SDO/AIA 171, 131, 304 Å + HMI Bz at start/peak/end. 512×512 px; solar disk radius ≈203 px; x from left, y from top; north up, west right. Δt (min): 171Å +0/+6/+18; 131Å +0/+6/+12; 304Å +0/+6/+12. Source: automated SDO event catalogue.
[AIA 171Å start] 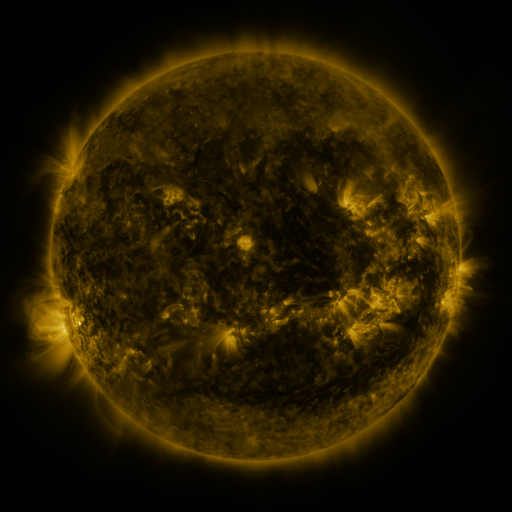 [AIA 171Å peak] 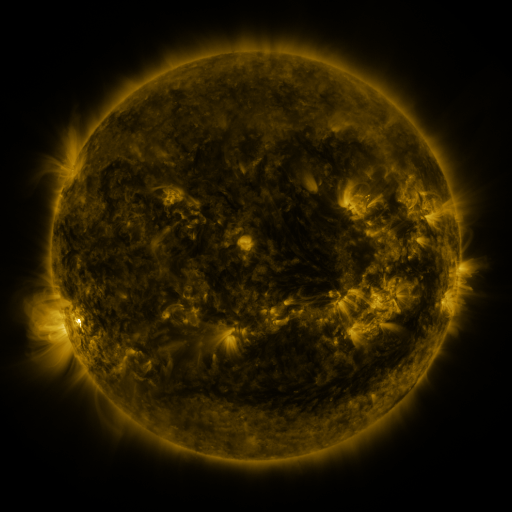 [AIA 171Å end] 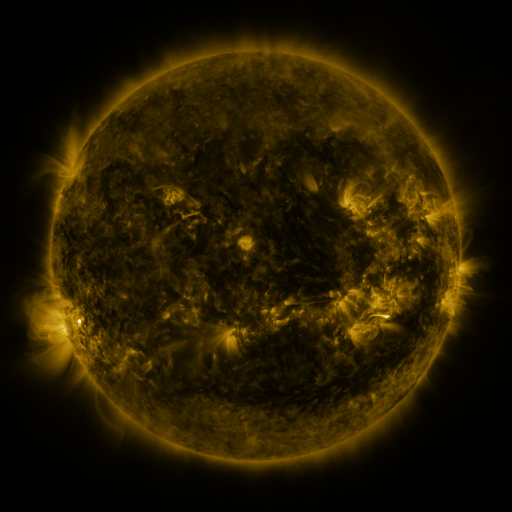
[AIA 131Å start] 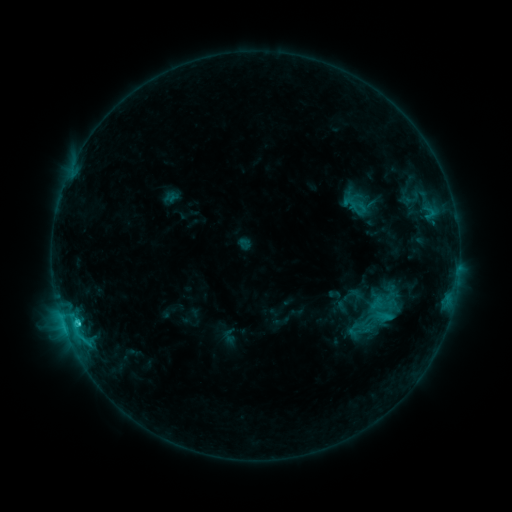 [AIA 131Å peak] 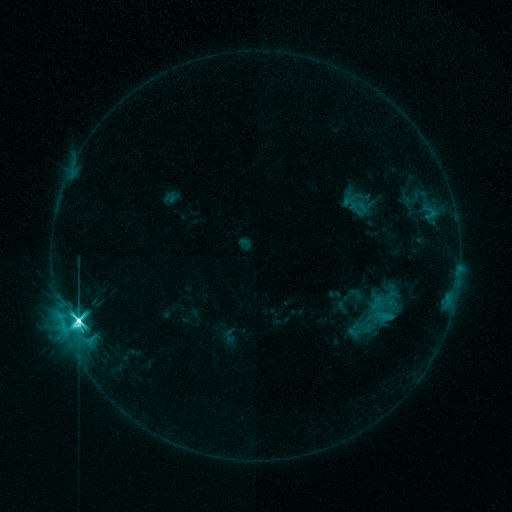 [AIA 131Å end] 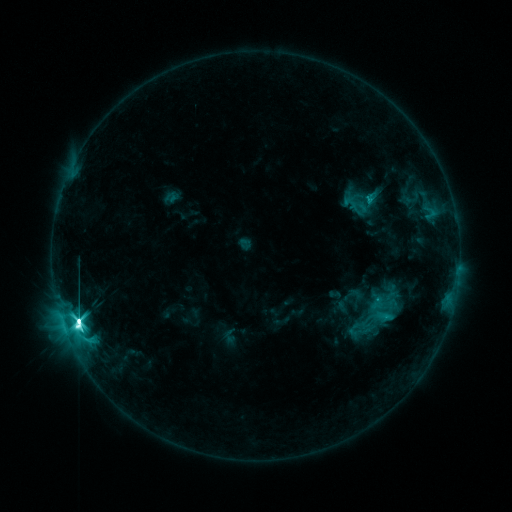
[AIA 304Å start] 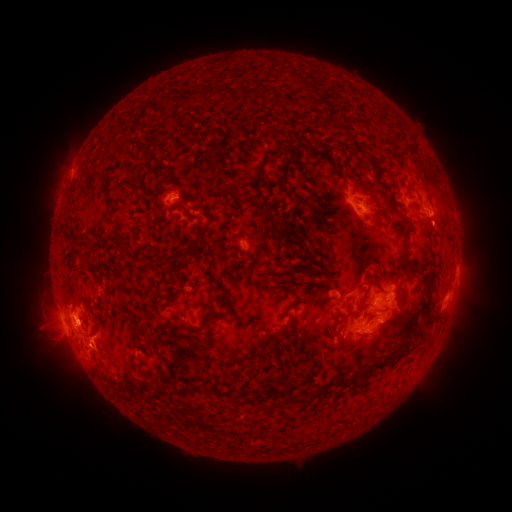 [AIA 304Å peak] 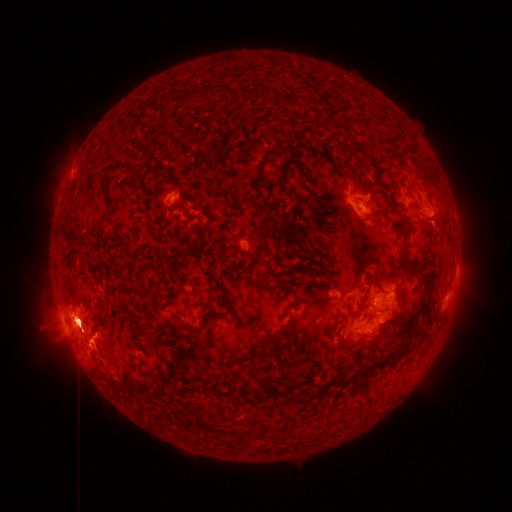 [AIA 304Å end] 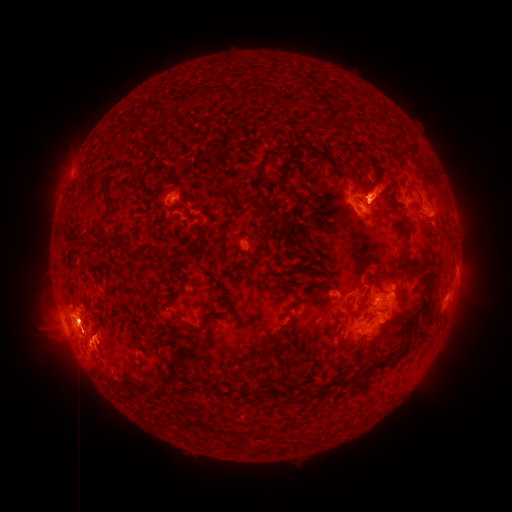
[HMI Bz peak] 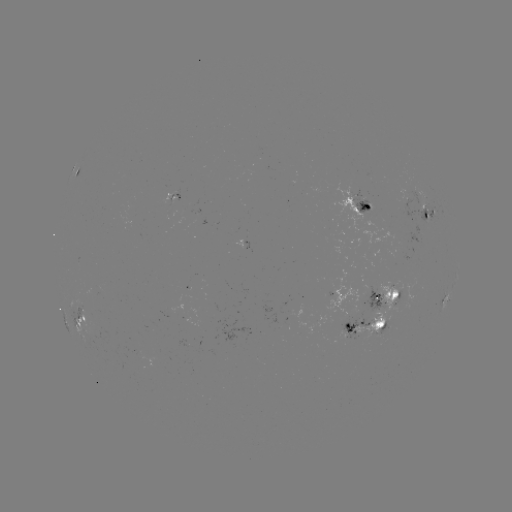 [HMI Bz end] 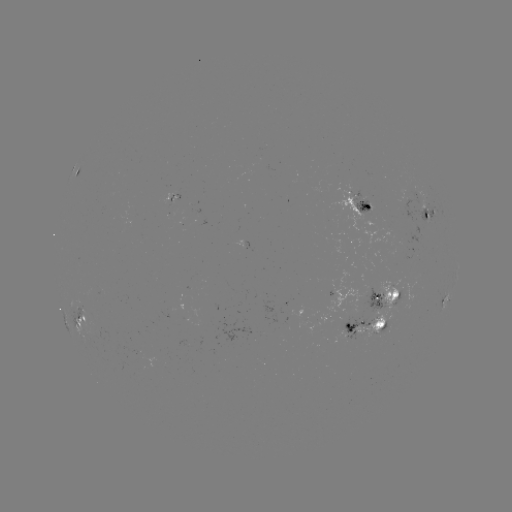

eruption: (27, 275, 131, 391)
